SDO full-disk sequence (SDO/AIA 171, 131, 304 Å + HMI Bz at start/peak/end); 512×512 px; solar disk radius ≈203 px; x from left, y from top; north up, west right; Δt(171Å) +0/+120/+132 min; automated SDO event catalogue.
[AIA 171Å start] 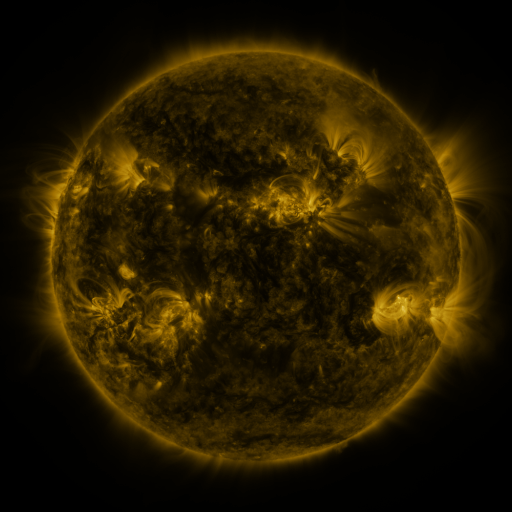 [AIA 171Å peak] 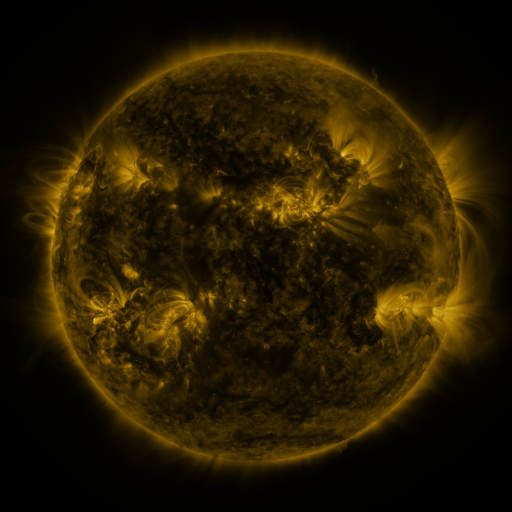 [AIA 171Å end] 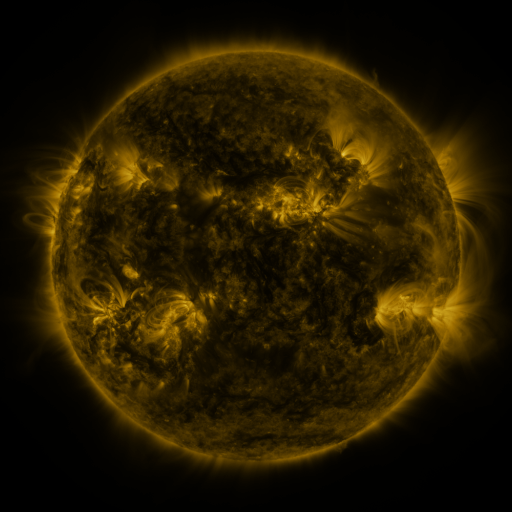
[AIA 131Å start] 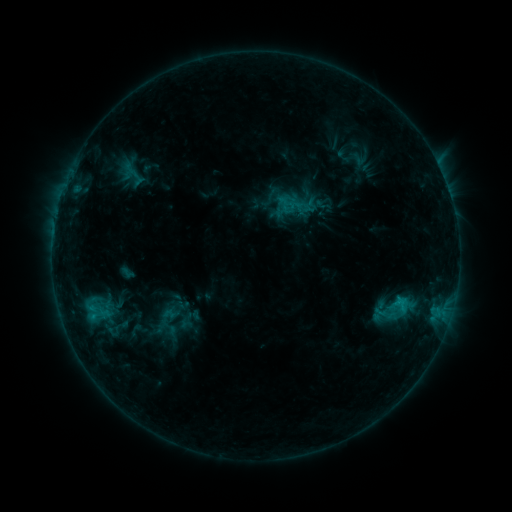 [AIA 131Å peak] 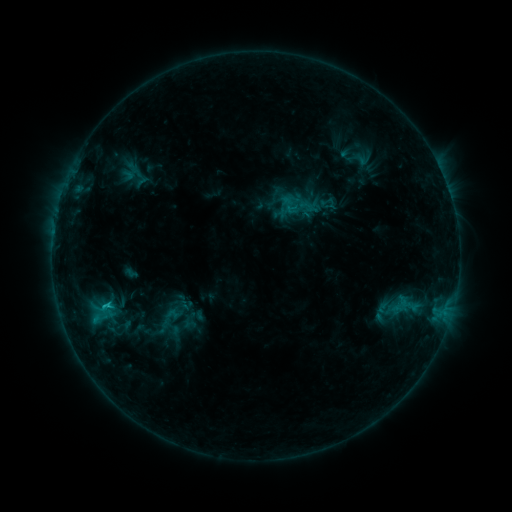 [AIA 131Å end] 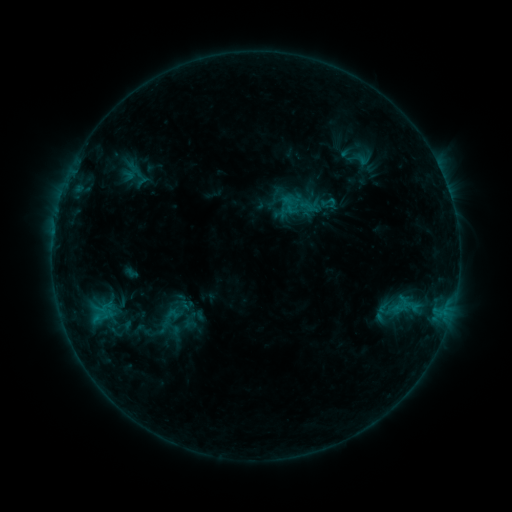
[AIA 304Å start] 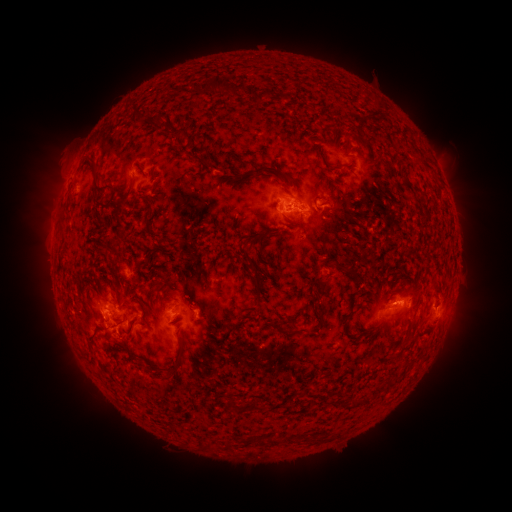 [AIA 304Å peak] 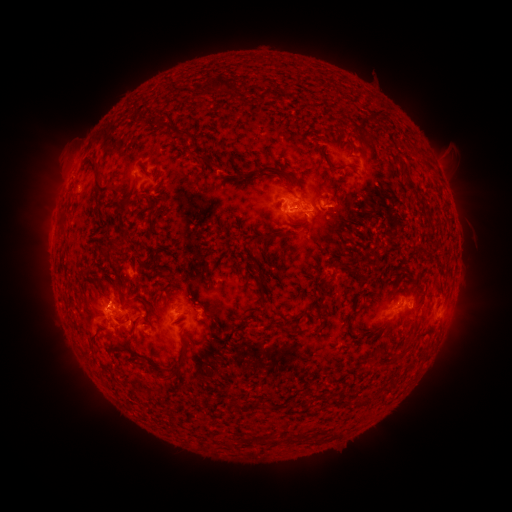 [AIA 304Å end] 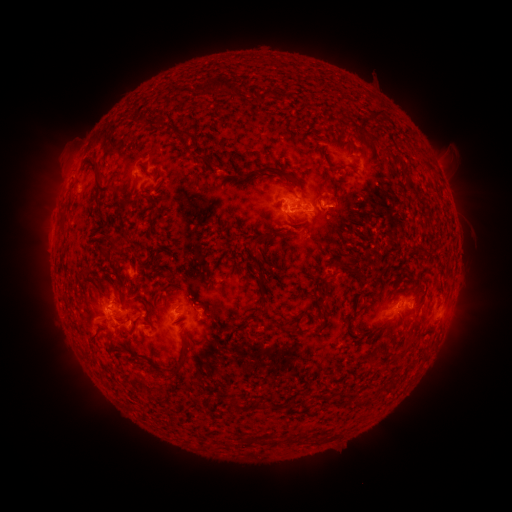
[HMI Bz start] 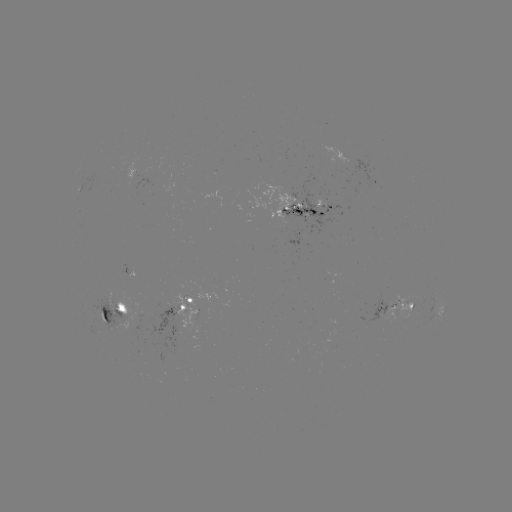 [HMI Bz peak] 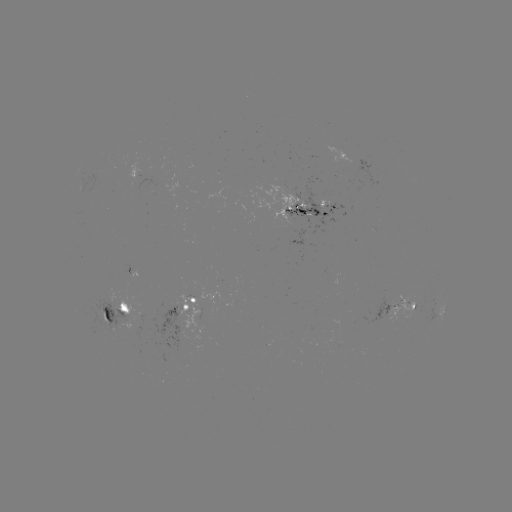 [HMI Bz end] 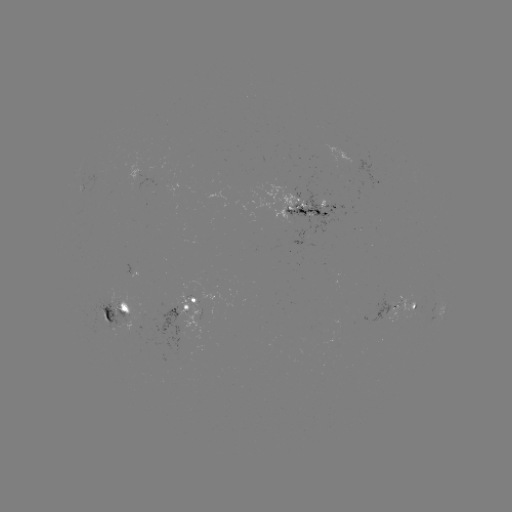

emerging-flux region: [386, 293, 413, 324]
